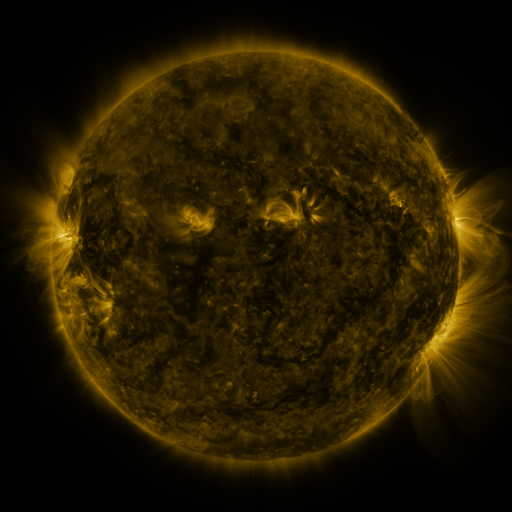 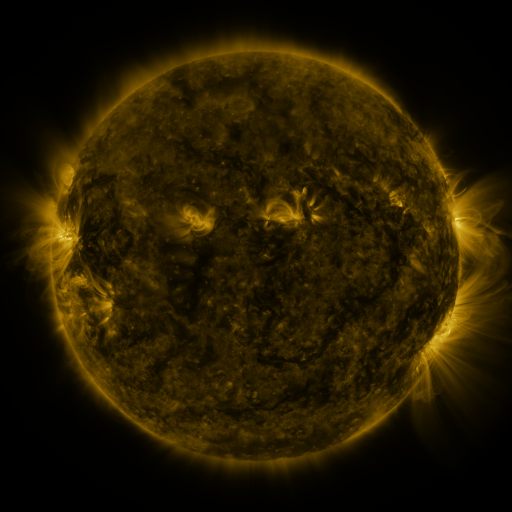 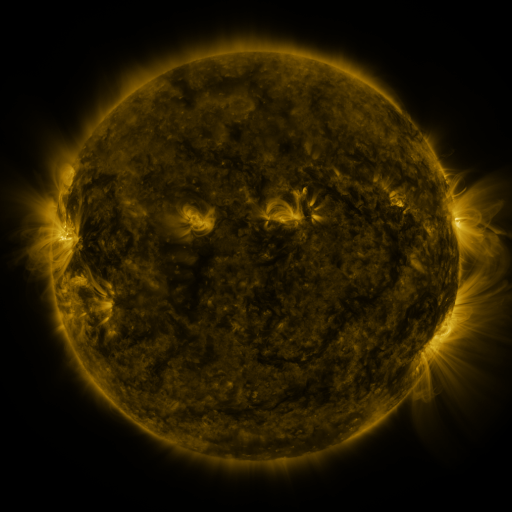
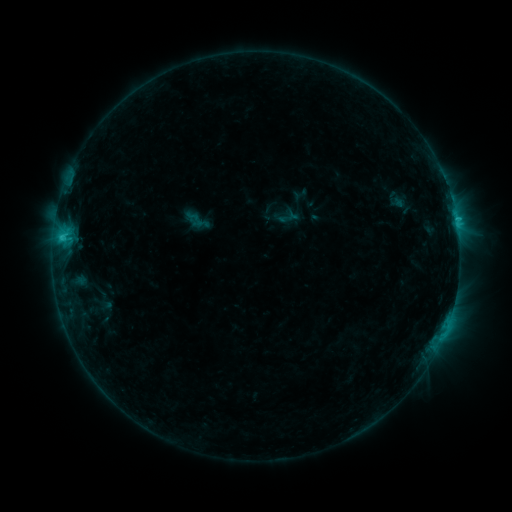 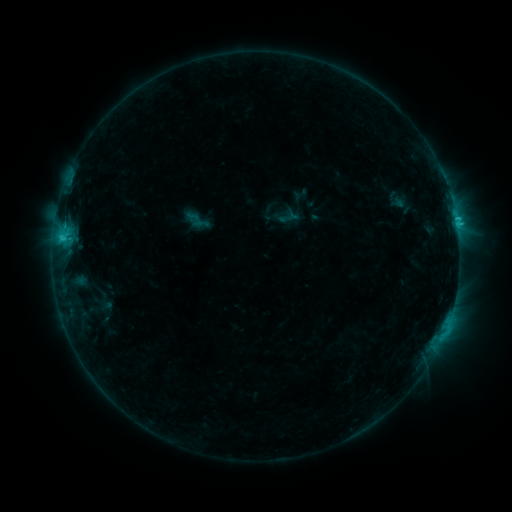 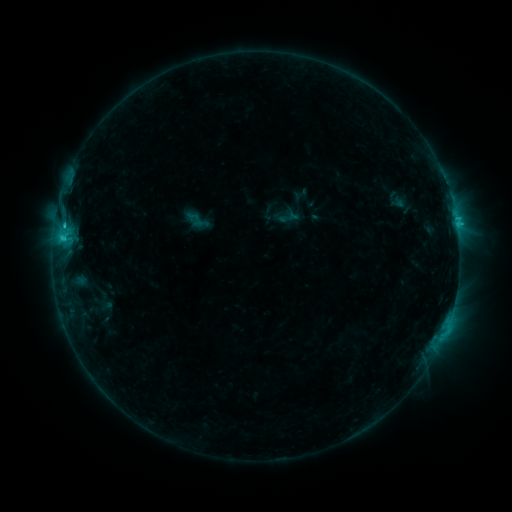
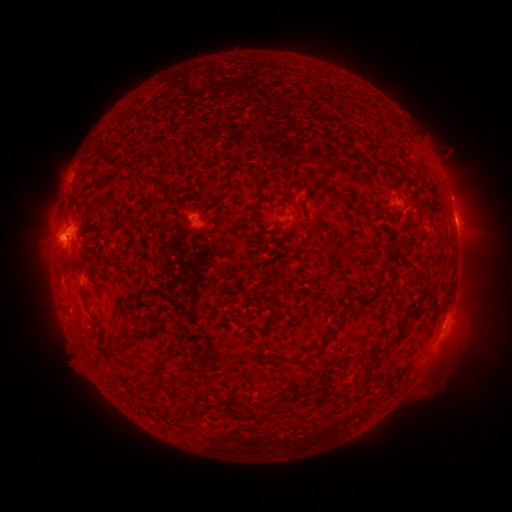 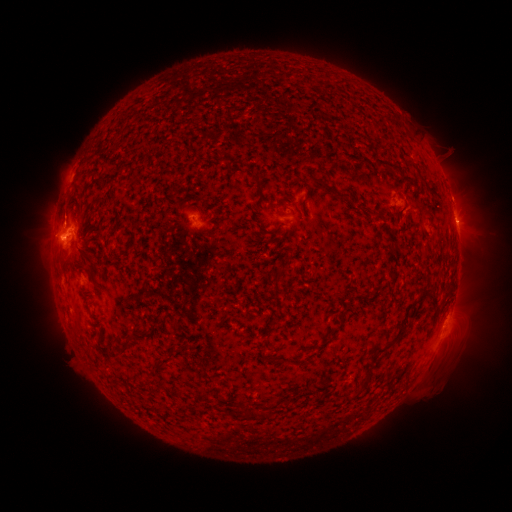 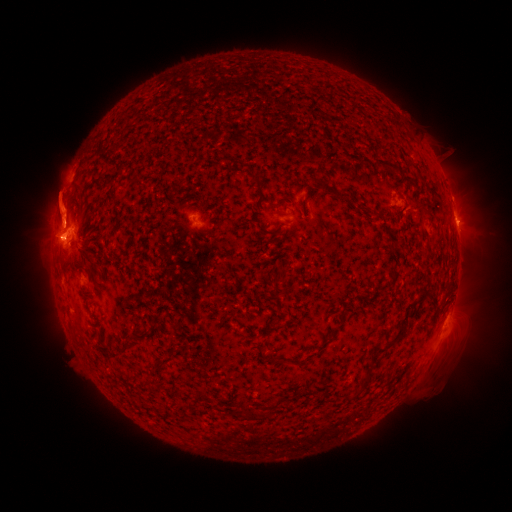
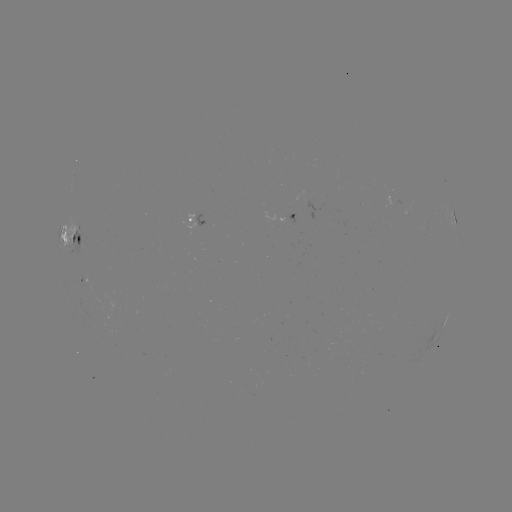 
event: eruption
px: (65, 257)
